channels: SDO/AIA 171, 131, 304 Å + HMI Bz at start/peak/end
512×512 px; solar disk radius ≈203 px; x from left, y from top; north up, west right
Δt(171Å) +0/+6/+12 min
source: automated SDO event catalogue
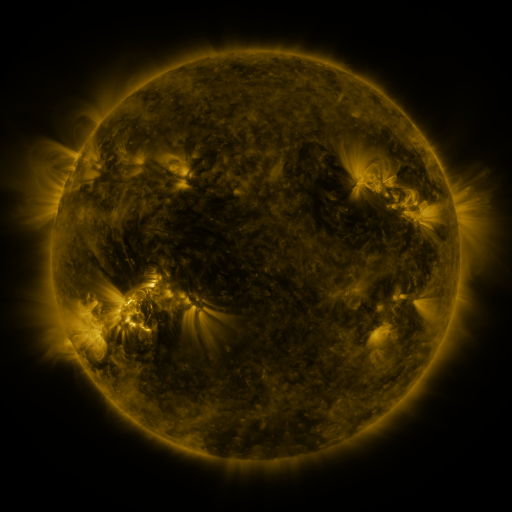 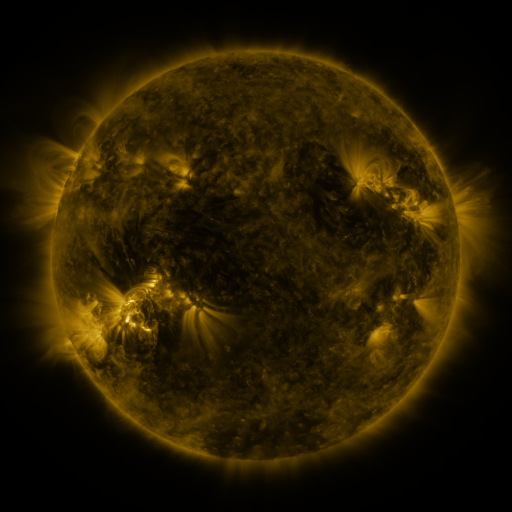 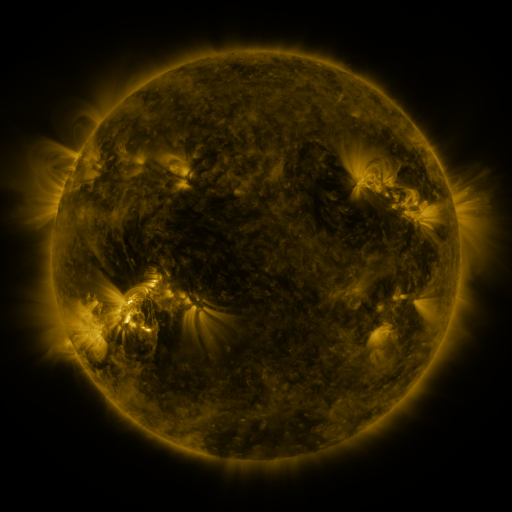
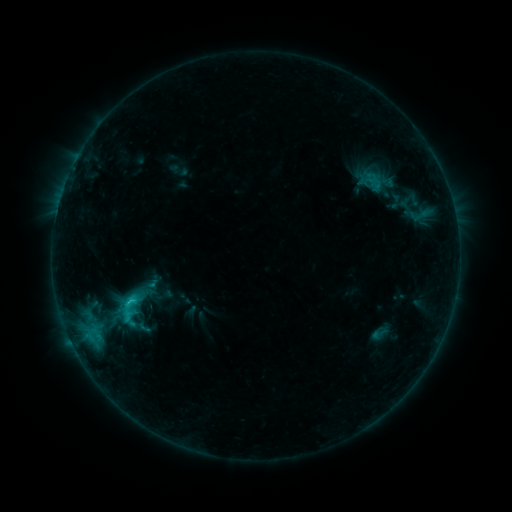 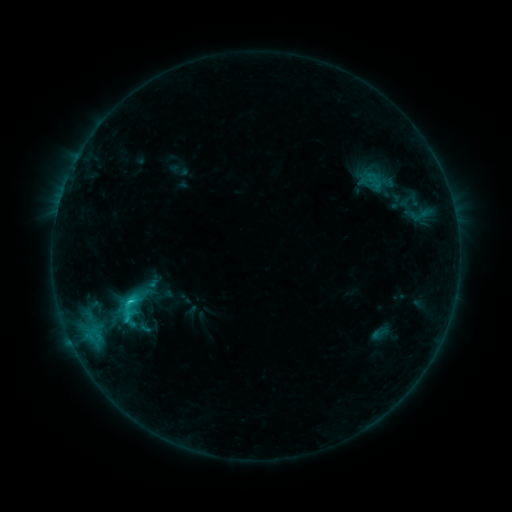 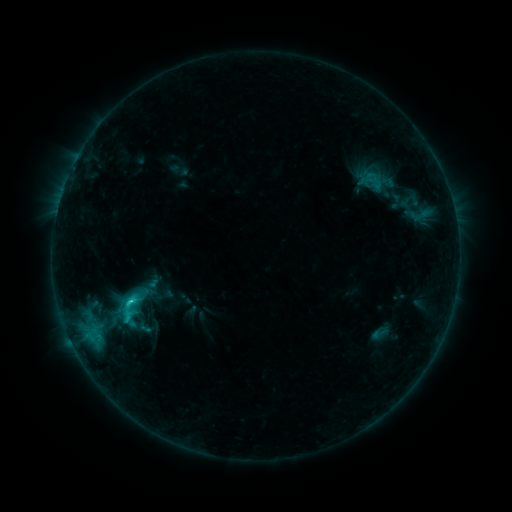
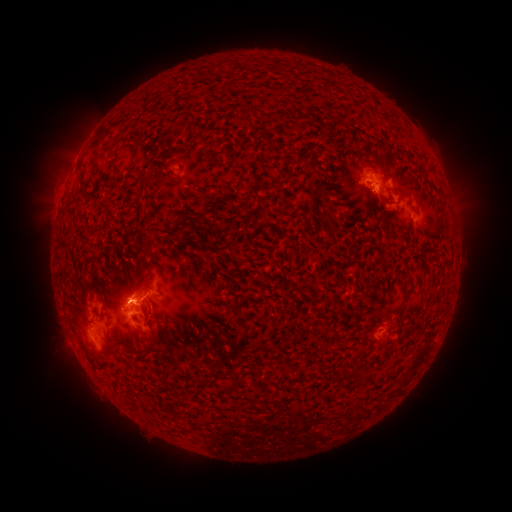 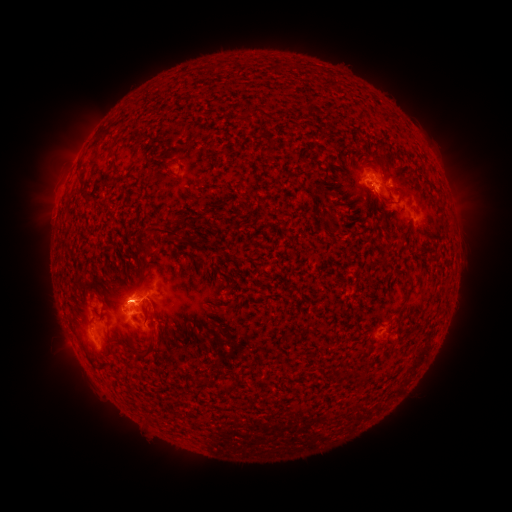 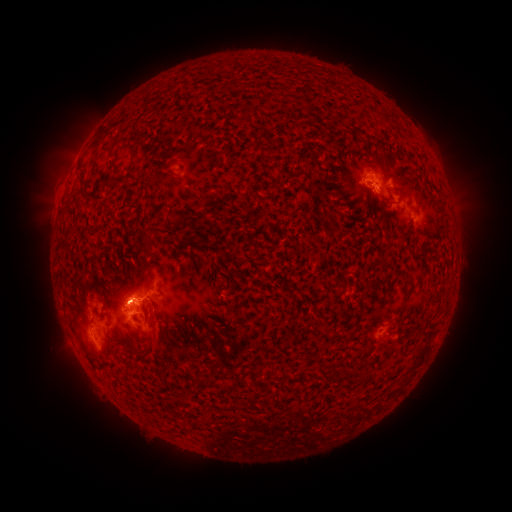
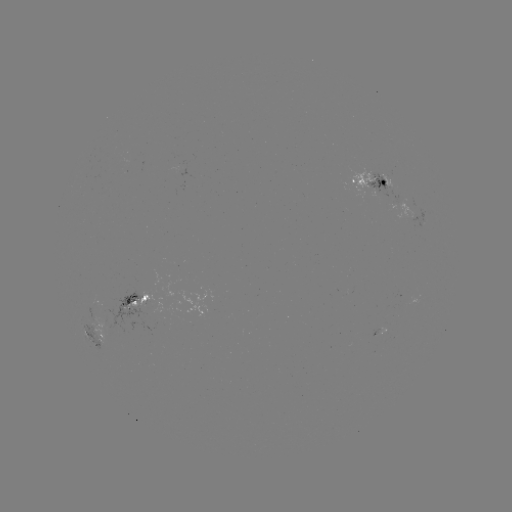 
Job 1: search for C1.8 flare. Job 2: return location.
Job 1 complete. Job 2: [130, 298].